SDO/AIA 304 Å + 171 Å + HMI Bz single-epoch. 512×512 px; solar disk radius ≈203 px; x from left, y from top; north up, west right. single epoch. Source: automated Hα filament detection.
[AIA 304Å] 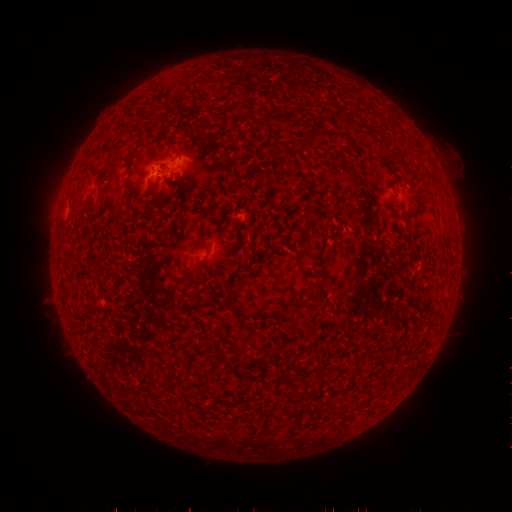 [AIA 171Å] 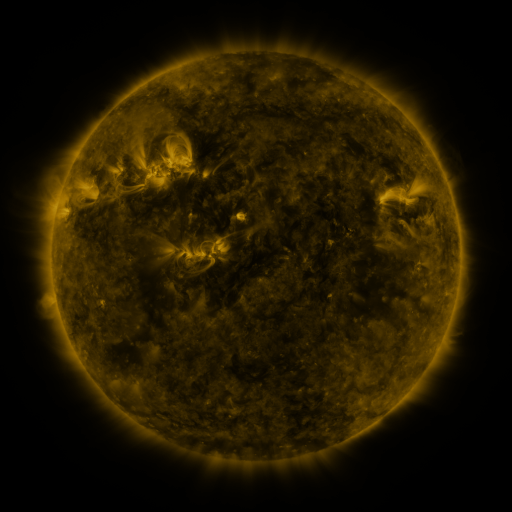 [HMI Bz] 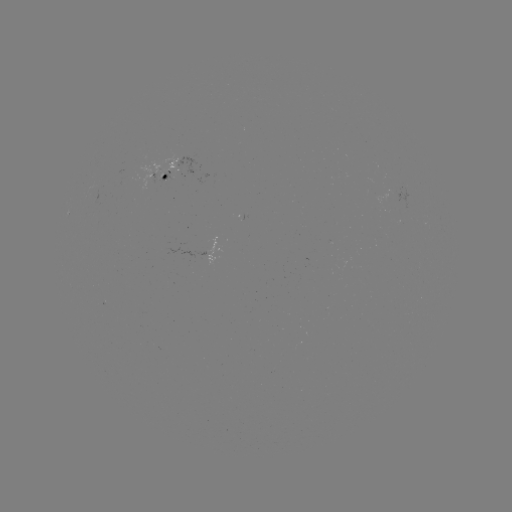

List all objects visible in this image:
filament: (271, 107, 280, 116)
filament: (362, 109, 381, 118)
filament: (255, 174, 268, 180)
filament: (303, 201, 320, 218)
filament: (183, 260, 201, 278)
filament: (90, 267, 101, 275)
filament: (311, 278, 320, 288)
filament: (289, 299, 307, 310)
filament: (237, 345, 246, 355)
filament: (278, 372, 292, 386)
filament: (291, 386, 301, 394)
